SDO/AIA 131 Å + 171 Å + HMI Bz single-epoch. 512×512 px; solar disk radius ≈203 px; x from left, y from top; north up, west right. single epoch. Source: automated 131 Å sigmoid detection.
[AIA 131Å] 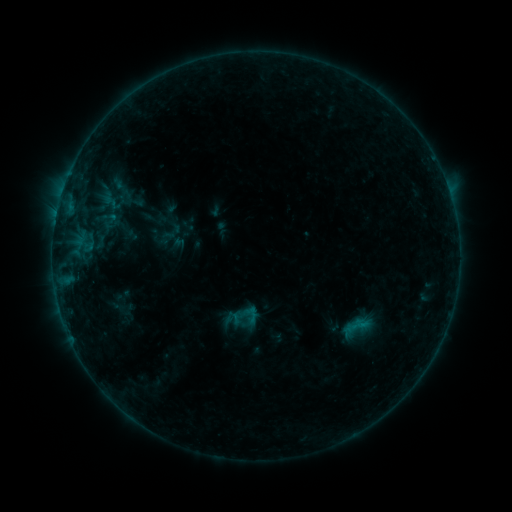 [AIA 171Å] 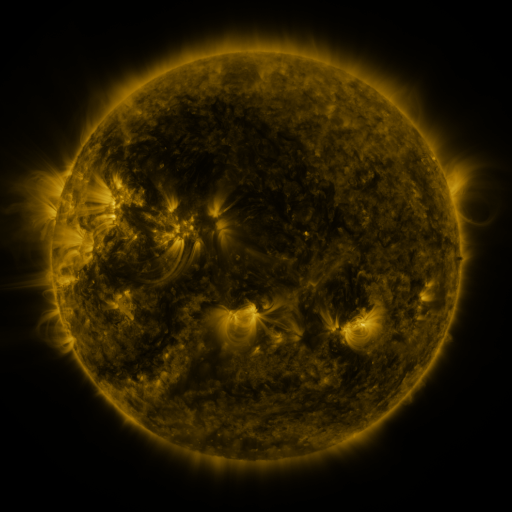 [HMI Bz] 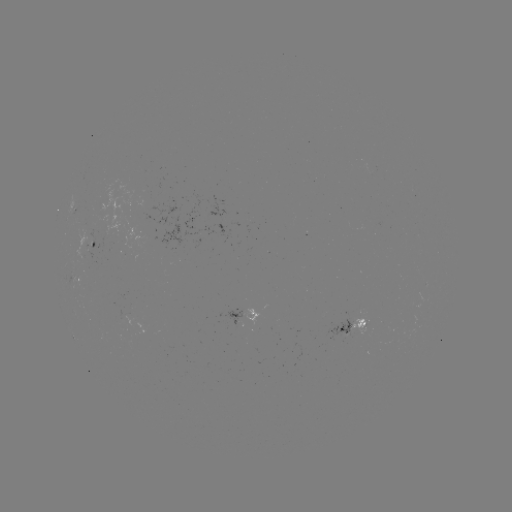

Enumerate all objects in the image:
sigmoid: [342, 312, 370, 340]
